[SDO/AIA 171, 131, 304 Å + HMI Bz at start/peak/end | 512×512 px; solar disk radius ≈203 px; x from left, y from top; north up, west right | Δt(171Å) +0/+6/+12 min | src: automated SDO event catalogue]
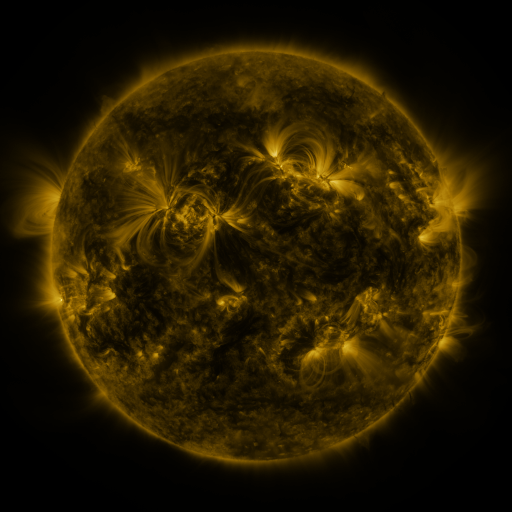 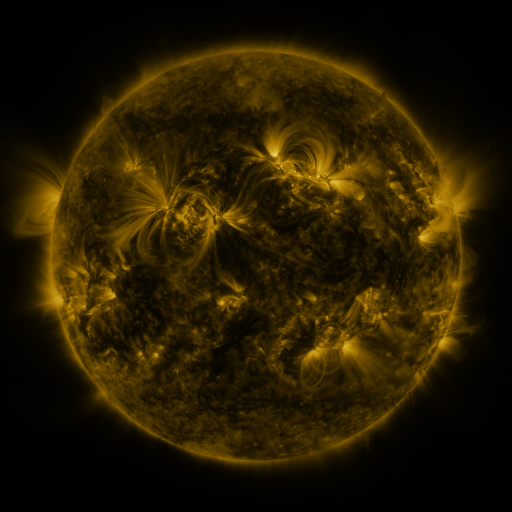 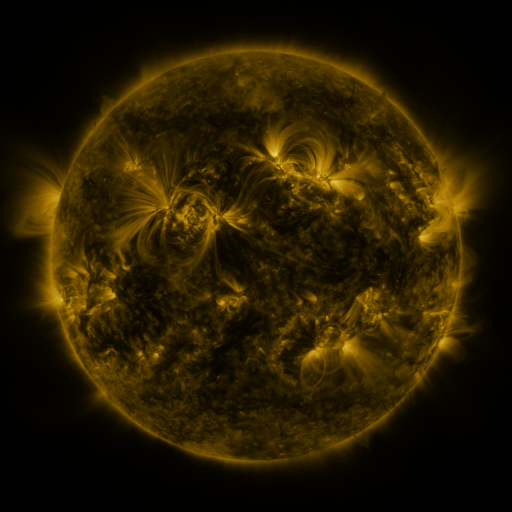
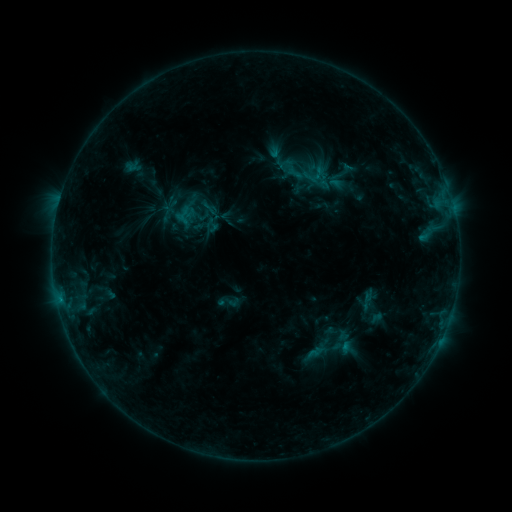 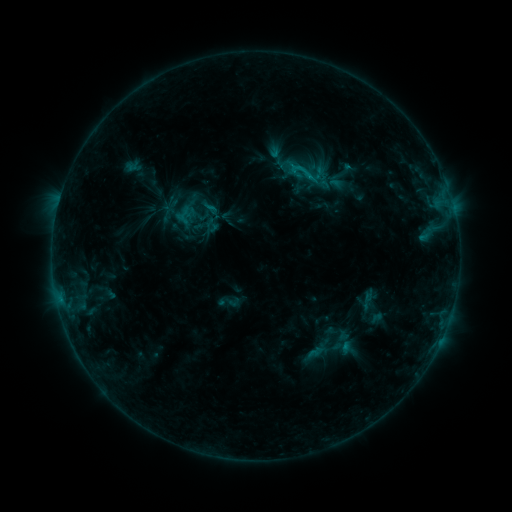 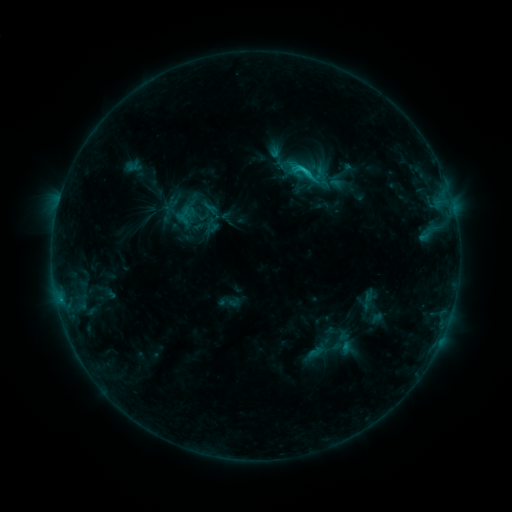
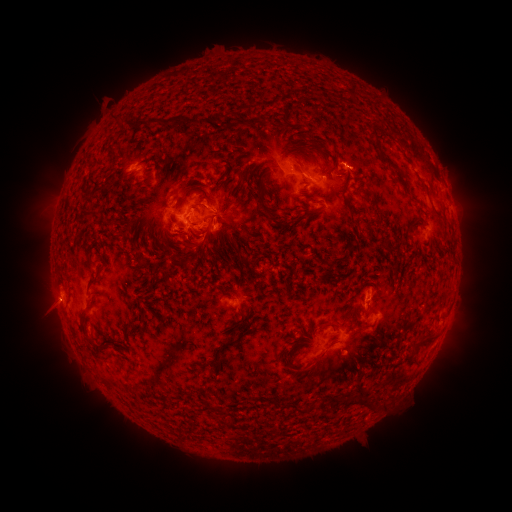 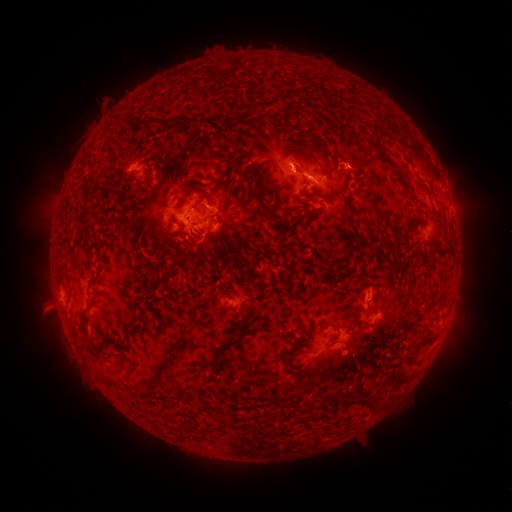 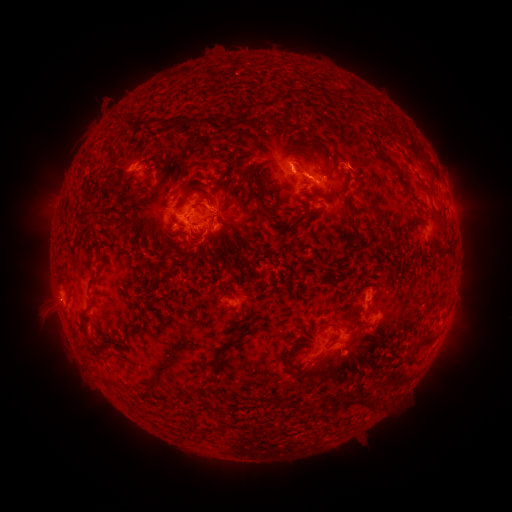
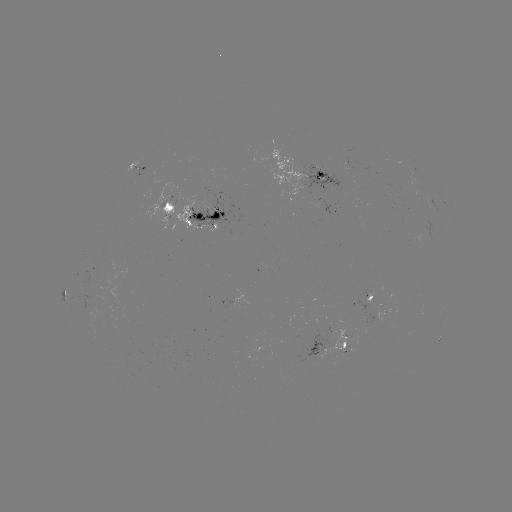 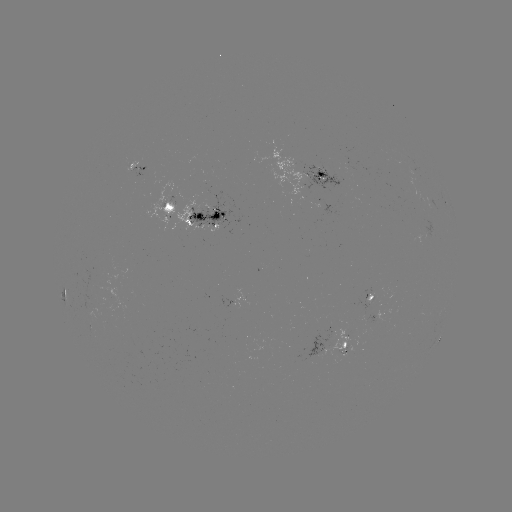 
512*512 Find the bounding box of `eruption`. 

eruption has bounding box [277, 140, 320, 190].